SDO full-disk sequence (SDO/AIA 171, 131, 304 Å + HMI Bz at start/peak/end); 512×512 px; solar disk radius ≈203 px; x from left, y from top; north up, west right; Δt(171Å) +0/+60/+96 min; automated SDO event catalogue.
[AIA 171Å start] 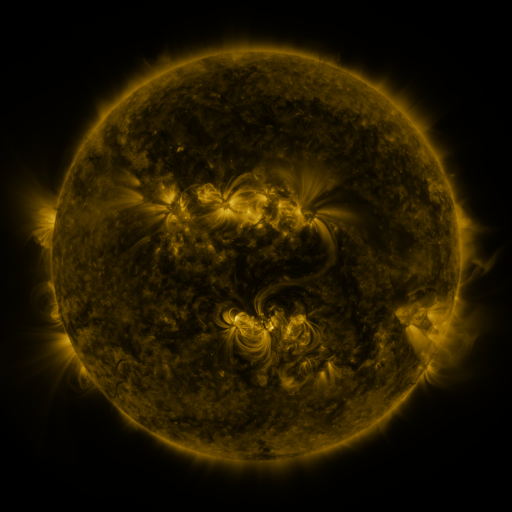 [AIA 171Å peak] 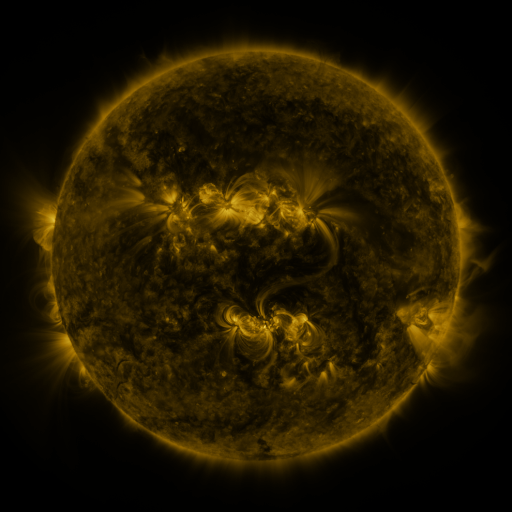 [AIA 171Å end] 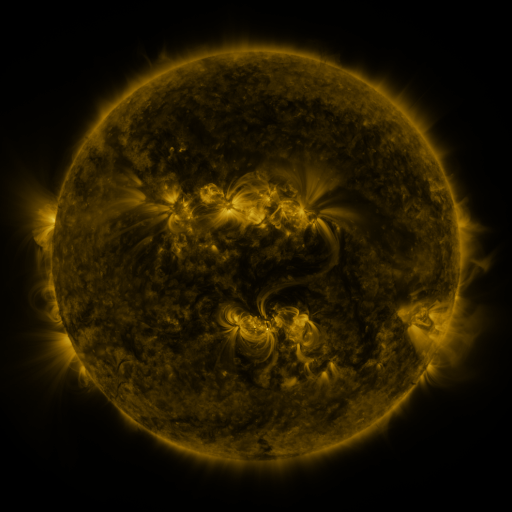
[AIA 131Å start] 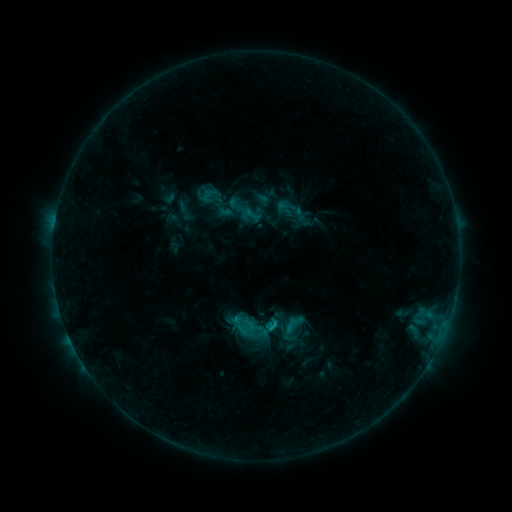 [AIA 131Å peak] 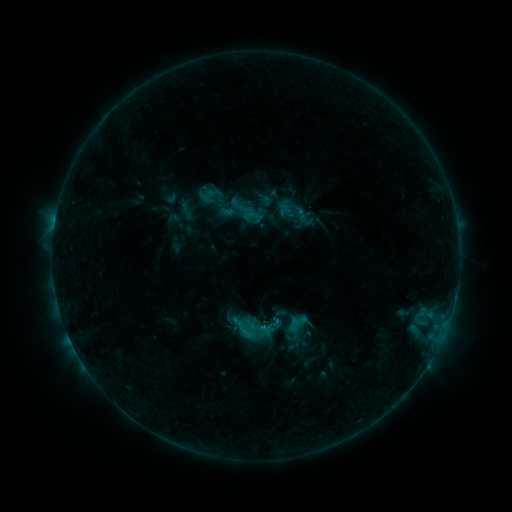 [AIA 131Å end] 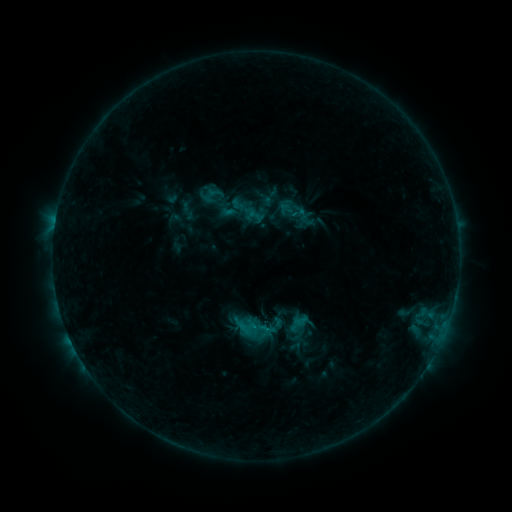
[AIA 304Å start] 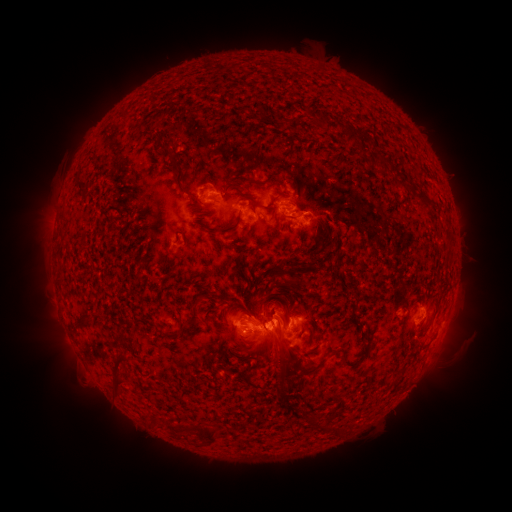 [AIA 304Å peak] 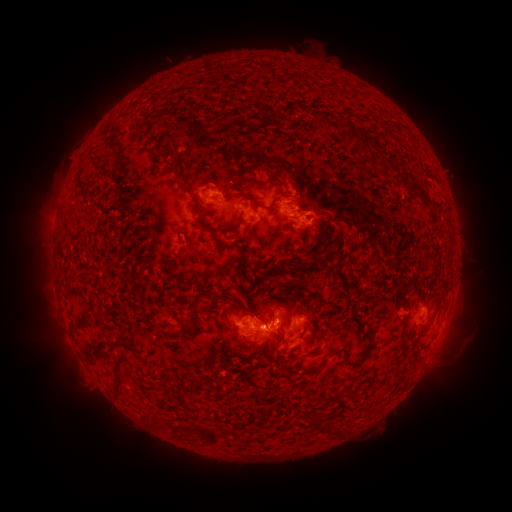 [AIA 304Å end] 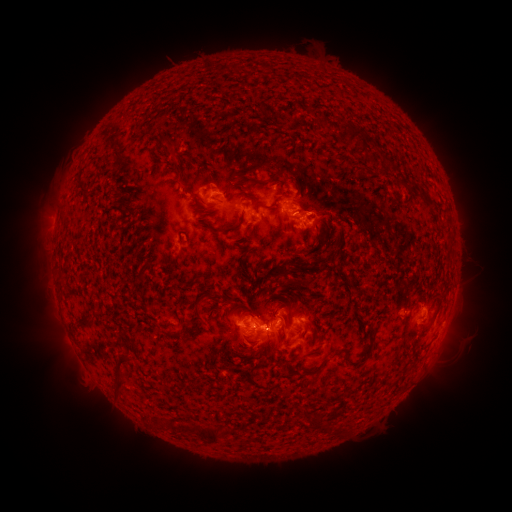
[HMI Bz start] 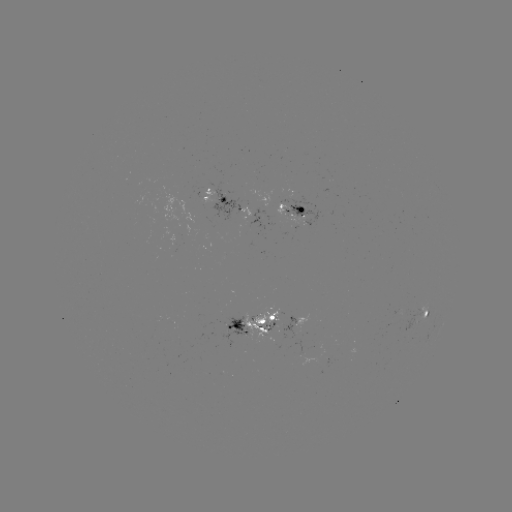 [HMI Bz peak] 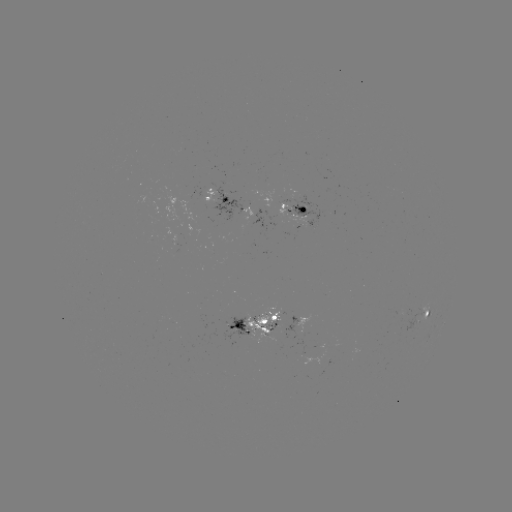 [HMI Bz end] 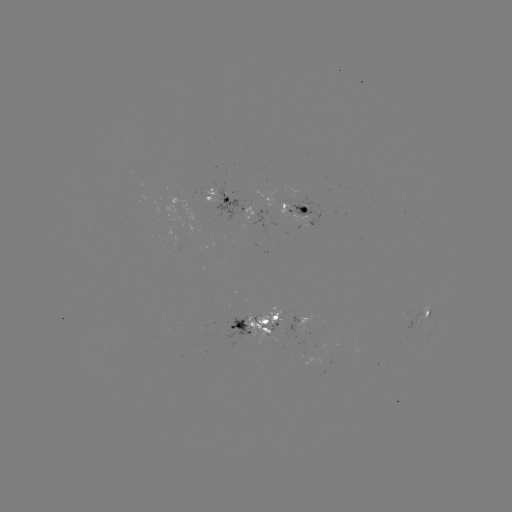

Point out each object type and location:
emerging-flux region: (279, 203)
